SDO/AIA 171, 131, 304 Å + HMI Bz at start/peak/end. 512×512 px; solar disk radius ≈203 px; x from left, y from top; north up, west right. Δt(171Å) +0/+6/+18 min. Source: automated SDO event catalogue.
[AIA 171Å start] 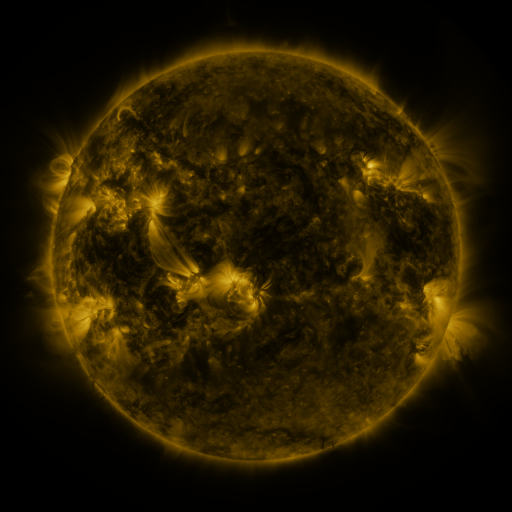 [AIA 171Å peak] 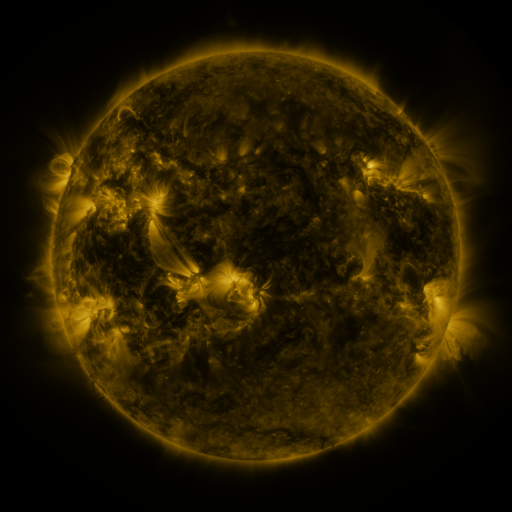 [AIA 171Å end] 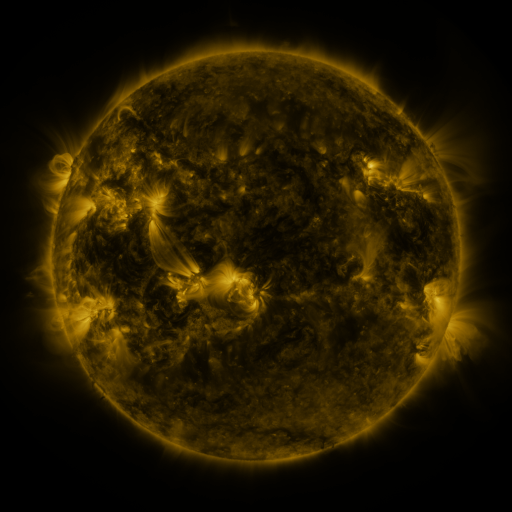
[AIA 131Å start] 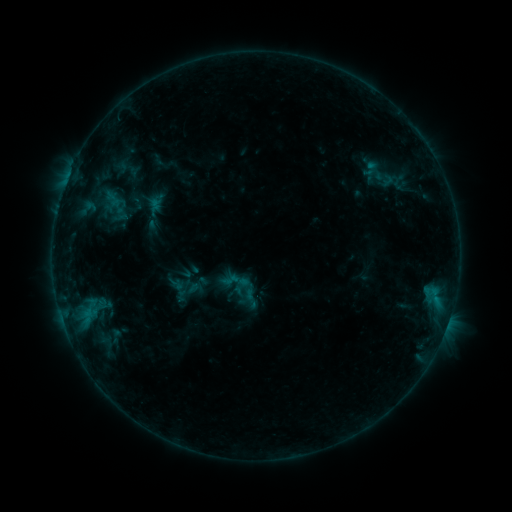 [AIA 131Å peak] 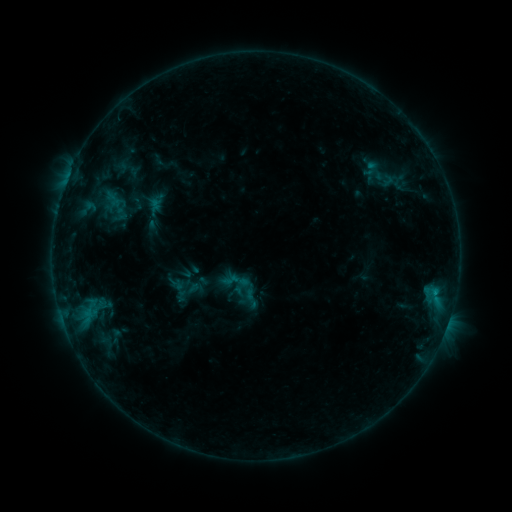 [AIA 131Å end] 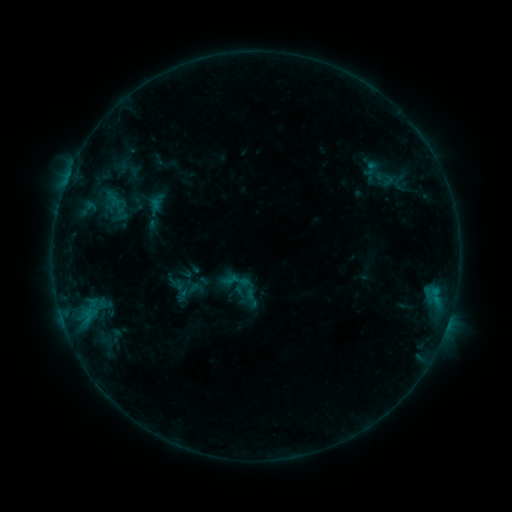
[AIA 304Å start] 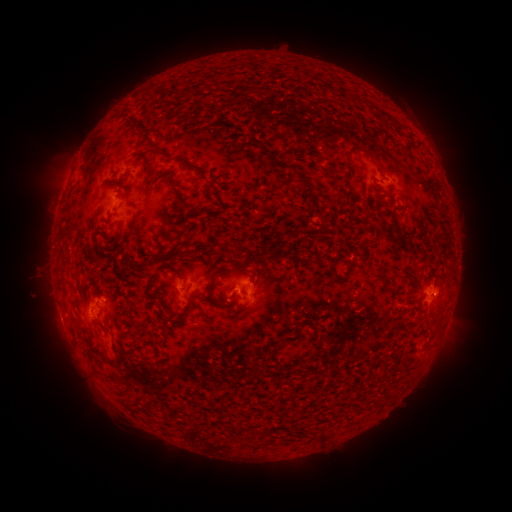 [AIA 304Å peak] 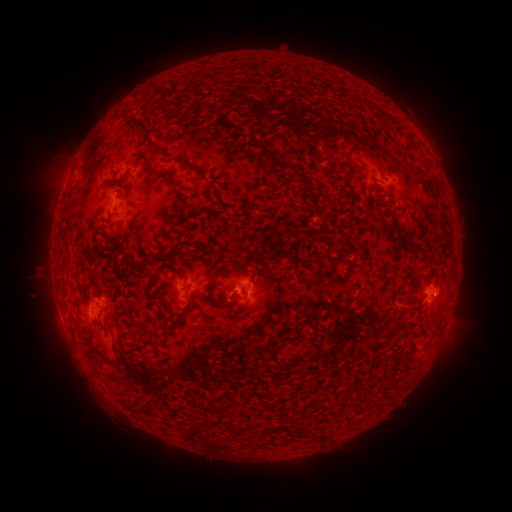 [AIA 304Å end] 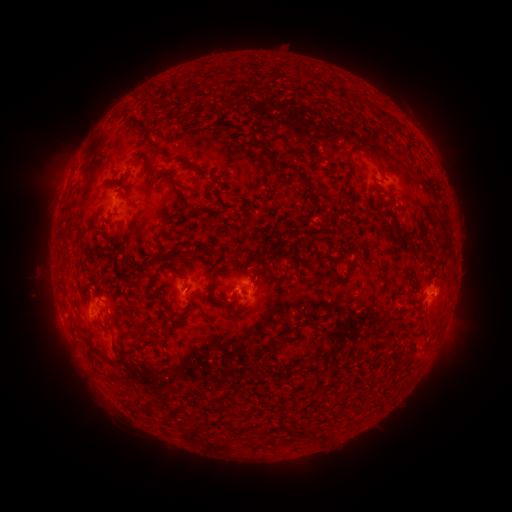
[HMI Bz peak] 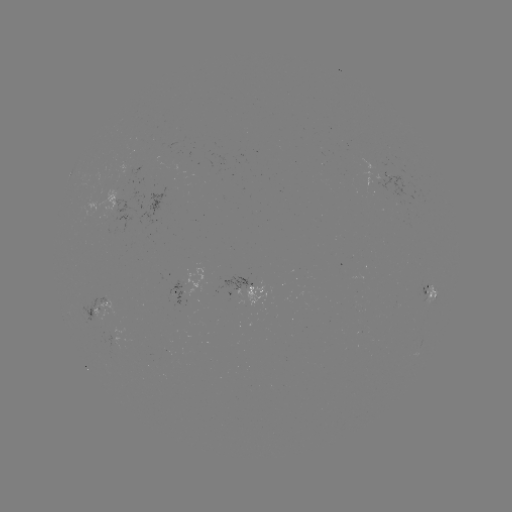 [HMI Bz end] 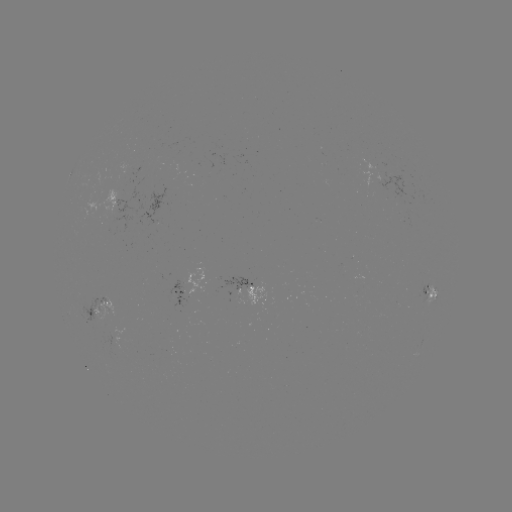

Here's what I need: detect B4.9 flare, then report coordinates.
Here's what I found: B4.9 flare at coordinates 435,290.